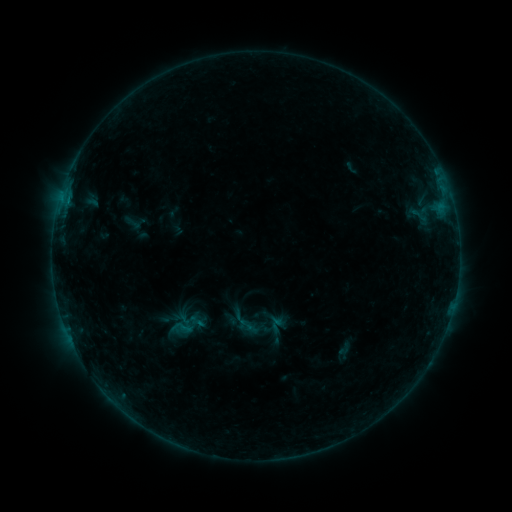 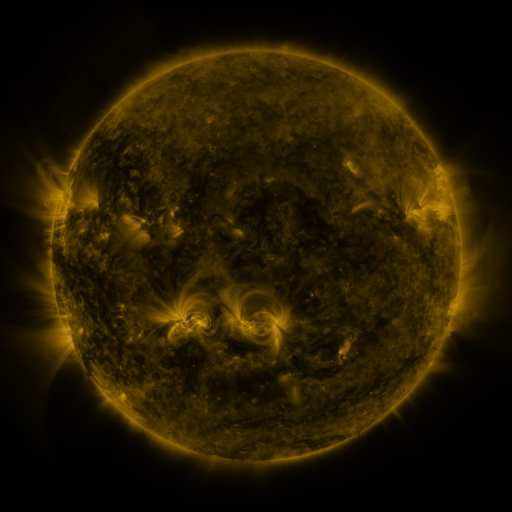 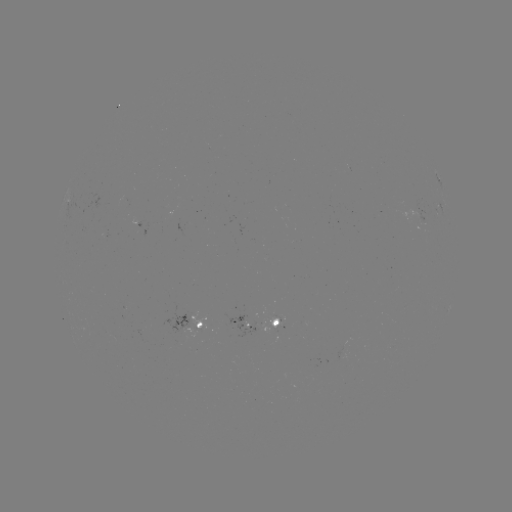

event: sigmoid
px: (185, 326)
